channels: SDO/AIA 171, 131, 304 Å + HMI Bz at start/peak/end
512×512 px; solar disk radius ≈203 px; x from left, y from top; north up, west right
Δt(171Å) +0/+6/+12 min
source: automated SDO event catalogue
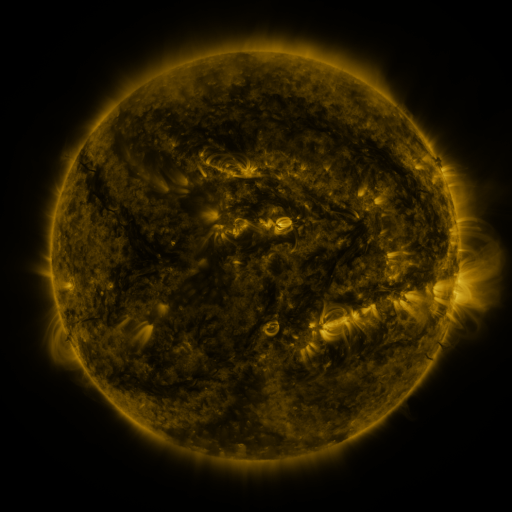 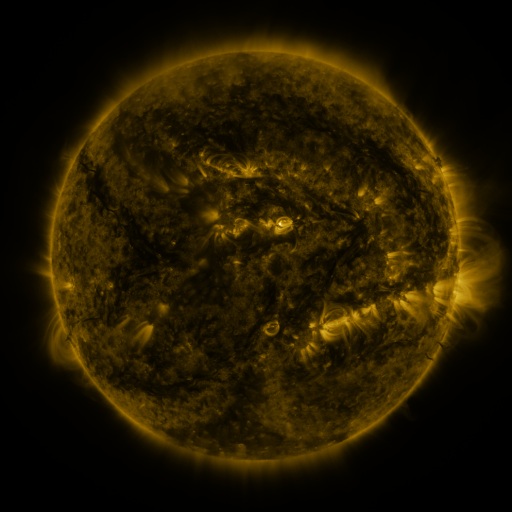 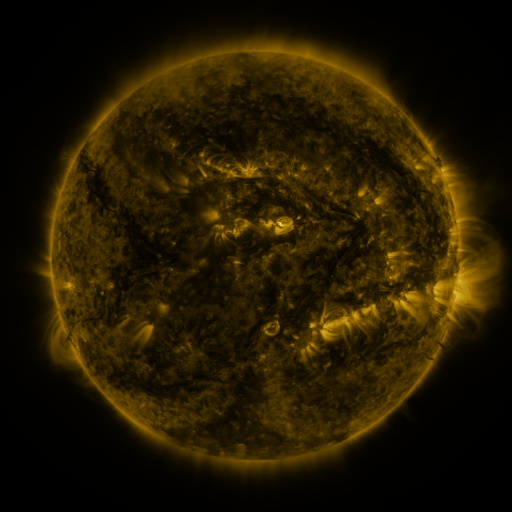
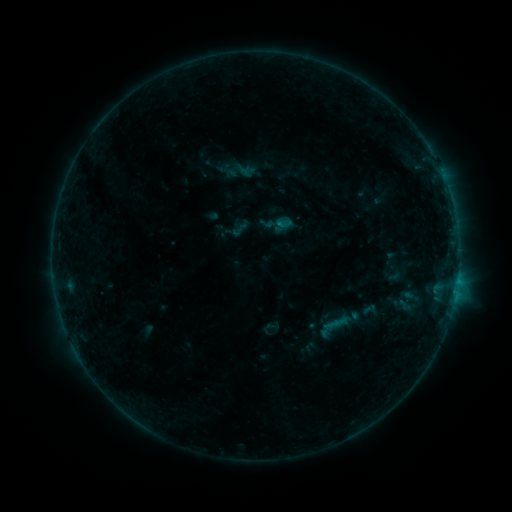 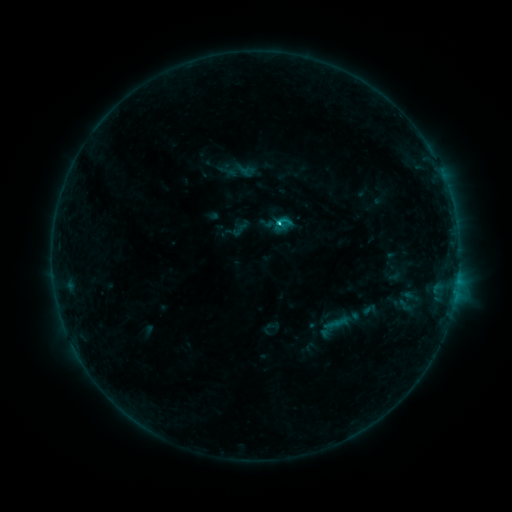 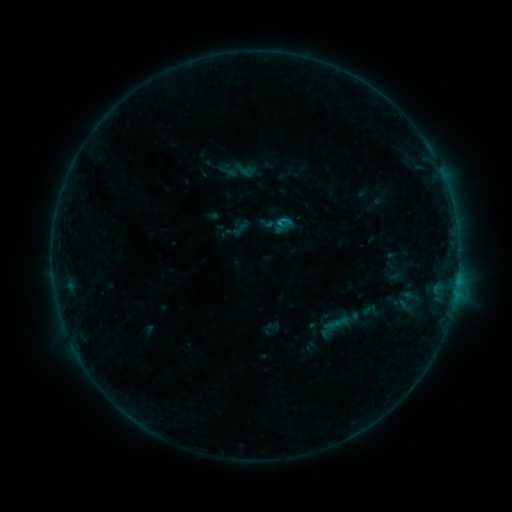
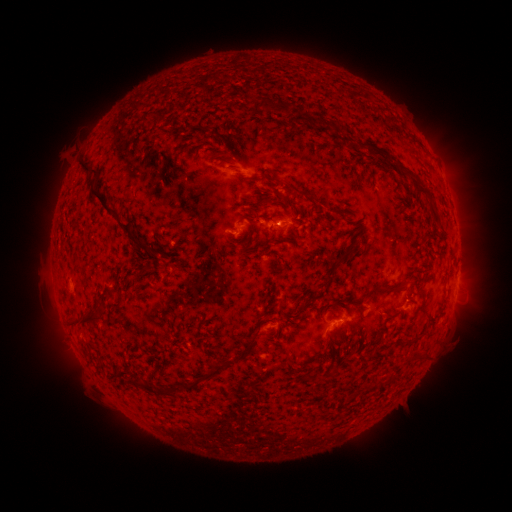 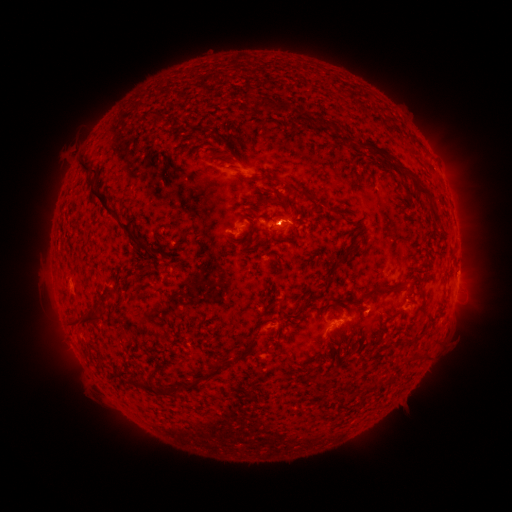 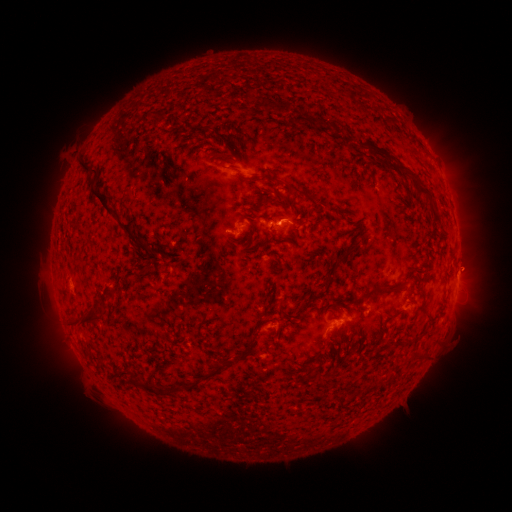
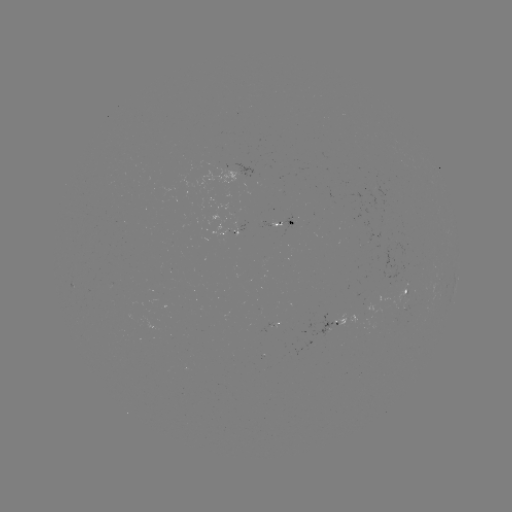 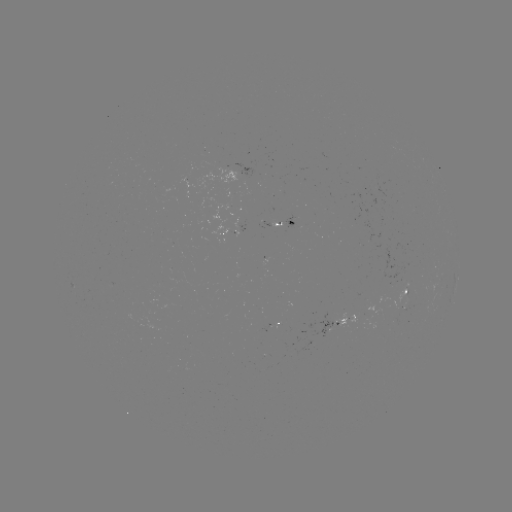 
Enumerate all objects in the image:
C1.1 flare: (280, 224)
